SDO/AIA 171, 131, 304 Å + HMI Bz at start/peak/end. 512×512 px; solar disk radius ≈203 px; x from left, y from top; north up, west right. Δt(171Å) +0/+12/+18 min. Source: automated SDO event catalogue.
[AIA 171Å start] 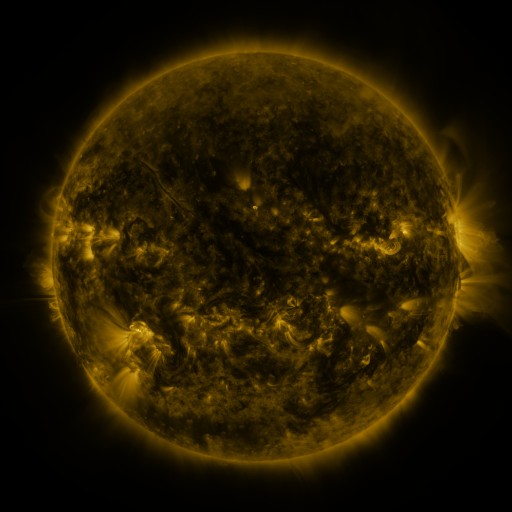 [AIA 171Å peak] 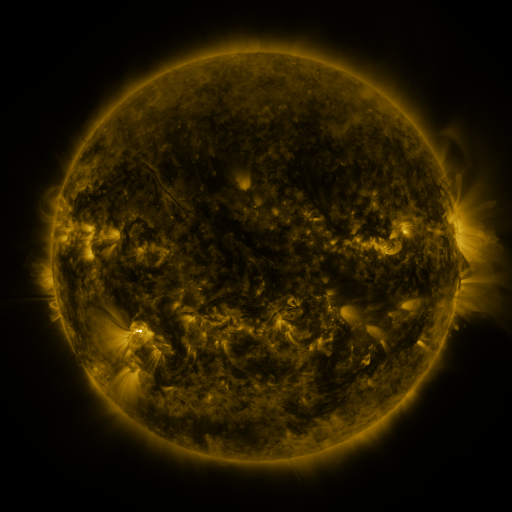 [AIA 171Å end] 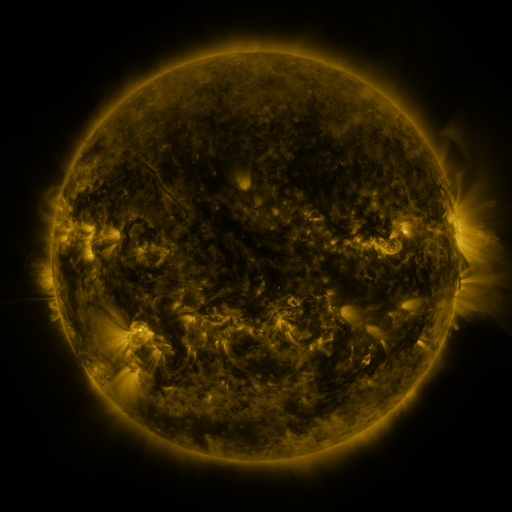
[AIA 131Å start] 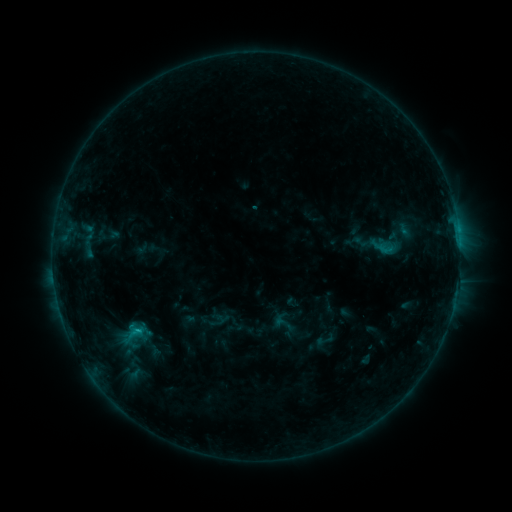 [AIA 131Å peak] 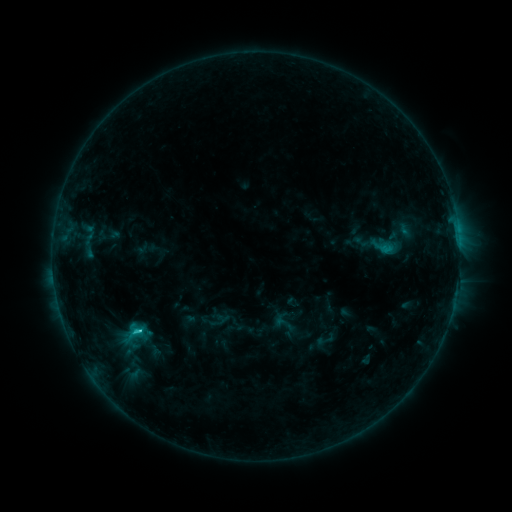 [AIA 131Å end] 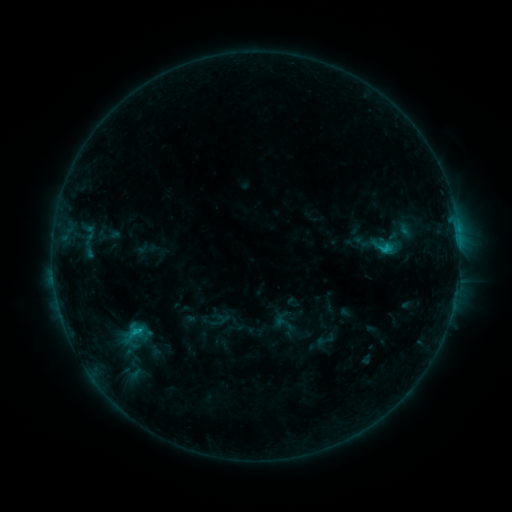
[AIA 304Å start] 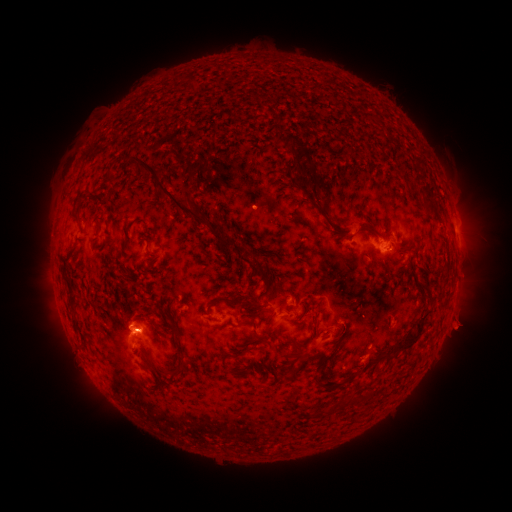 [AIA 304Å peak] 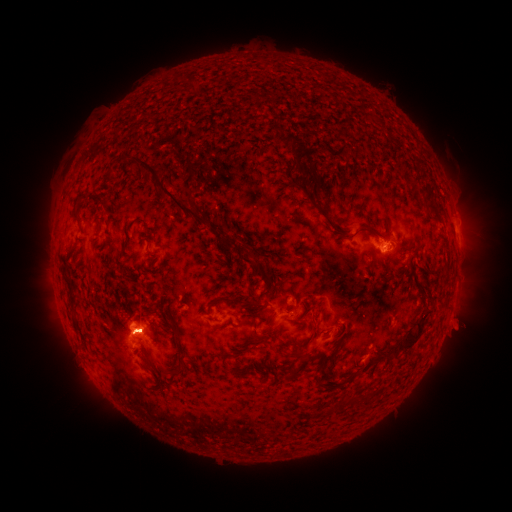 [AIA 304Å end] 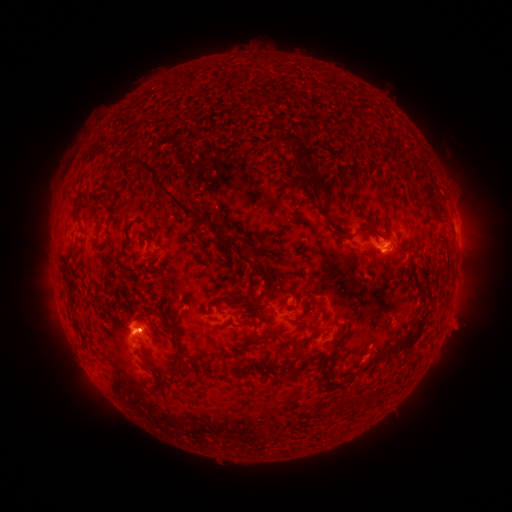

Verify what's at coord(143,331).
C1.3 flare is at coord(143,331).